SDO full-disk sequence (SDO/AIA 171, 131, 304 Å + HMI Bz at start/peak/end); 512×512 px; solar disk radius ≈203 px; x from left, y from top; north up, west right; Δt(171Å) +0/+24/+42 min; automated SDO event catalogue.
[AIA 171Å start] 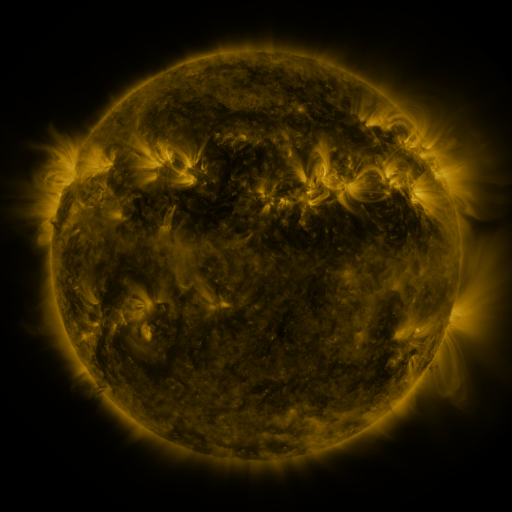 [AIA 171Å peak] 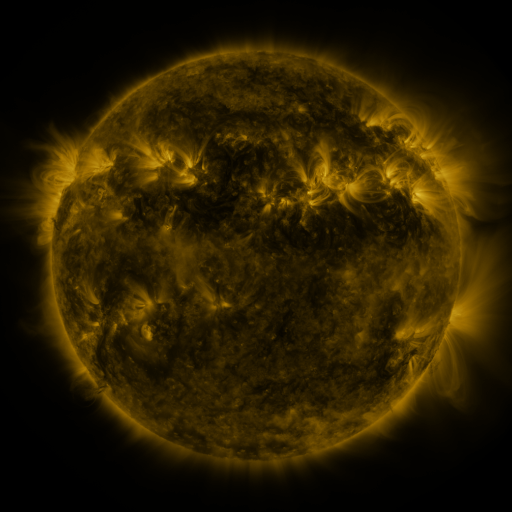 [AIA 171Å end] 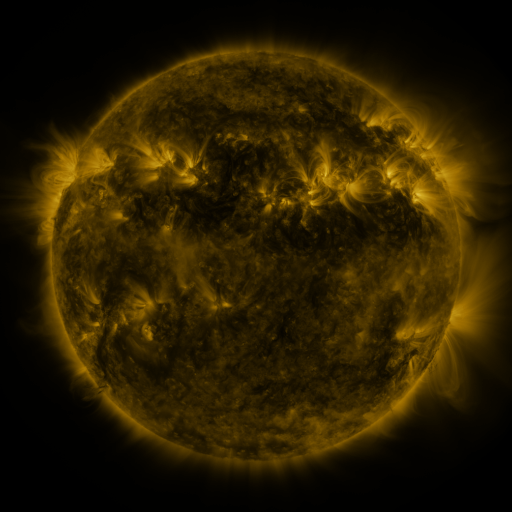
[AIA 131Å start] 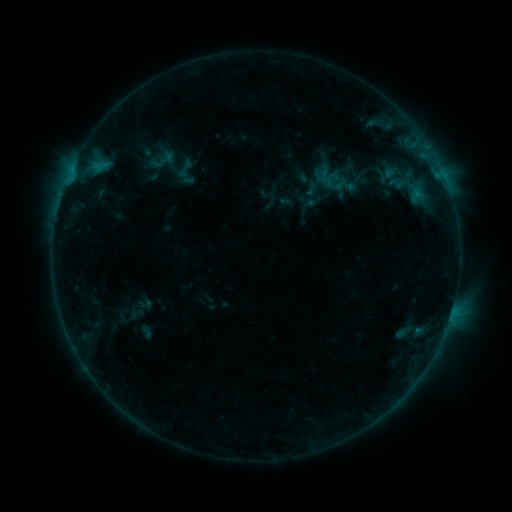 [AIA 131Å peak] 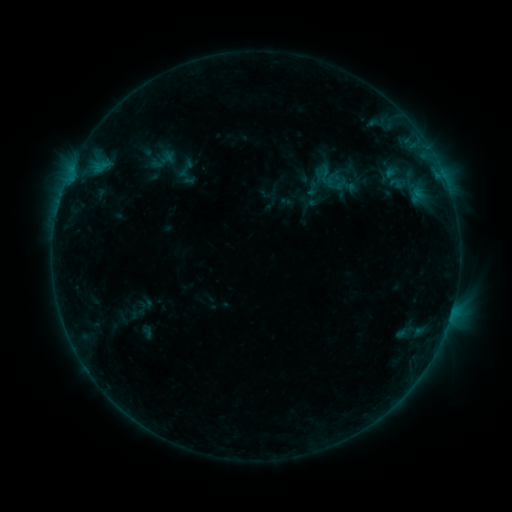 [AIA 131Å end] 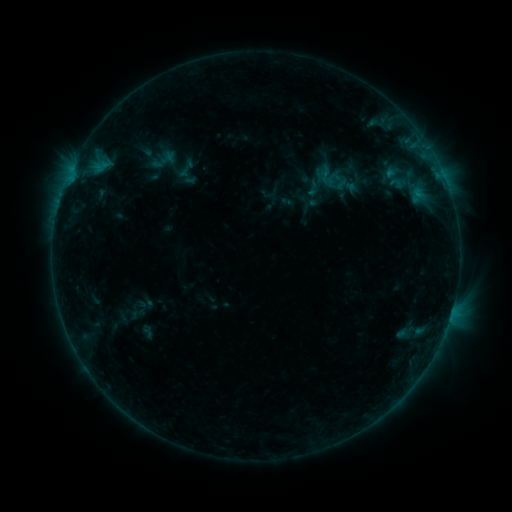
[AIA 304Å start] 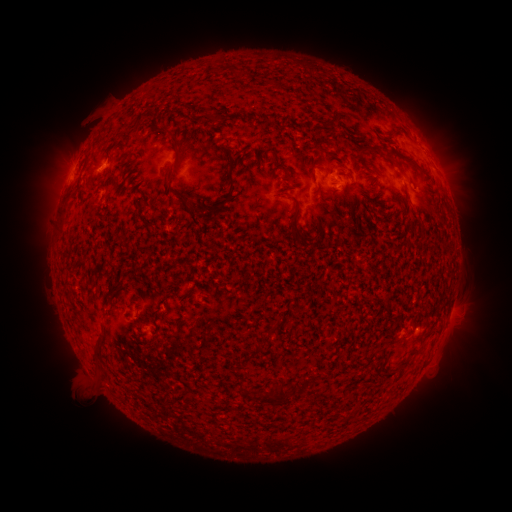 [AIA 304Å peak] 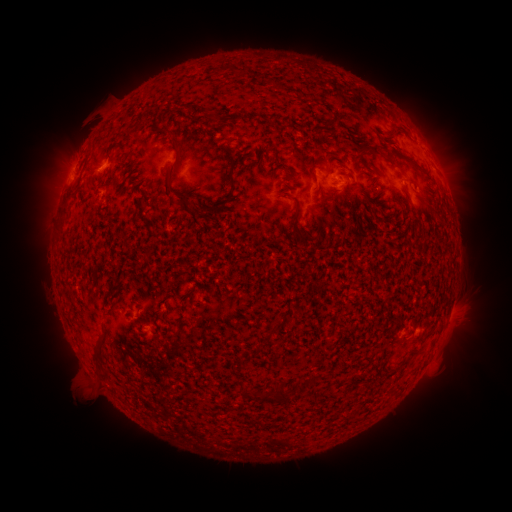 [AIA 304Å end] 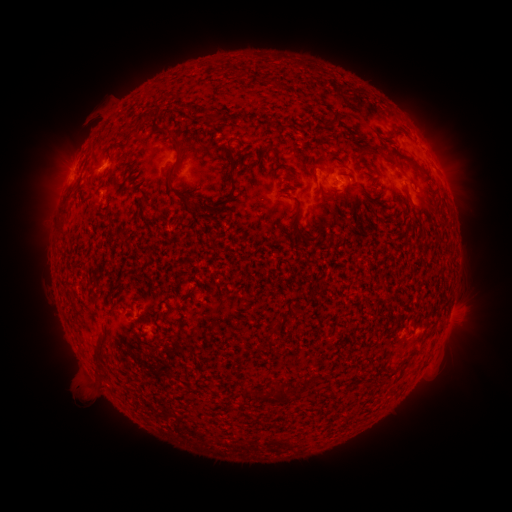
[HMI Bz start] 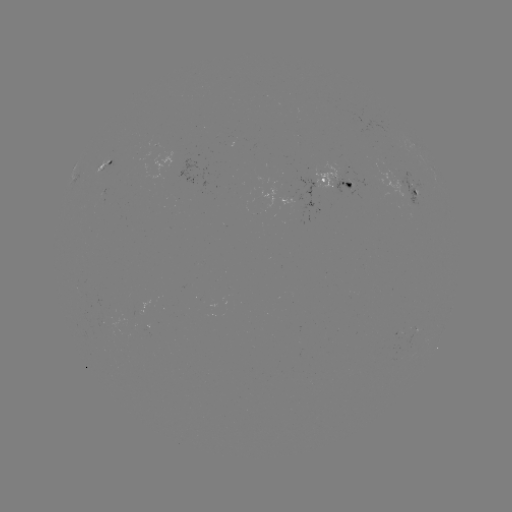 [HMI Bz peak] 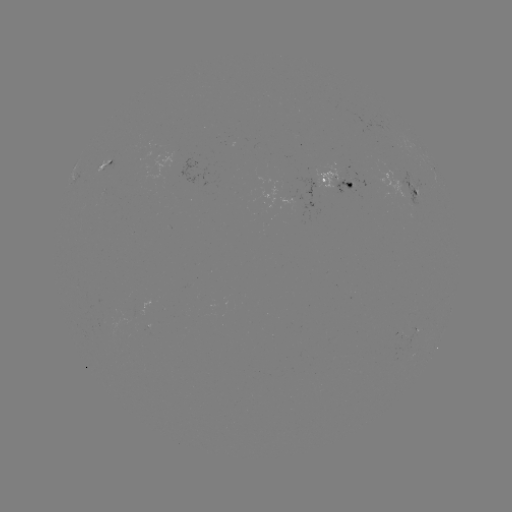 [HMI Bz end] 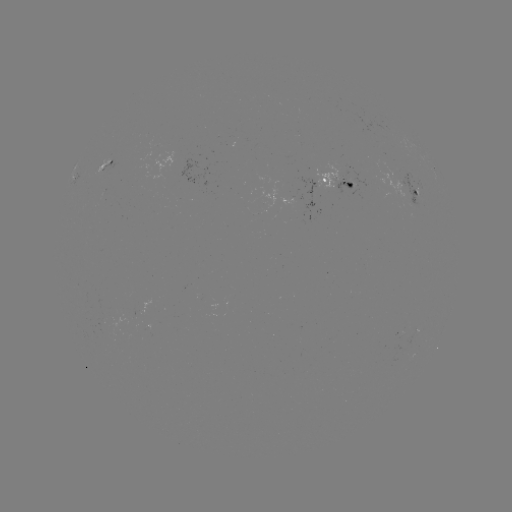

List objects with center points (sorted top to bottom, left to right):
emerging-flux region: (314, 183)
